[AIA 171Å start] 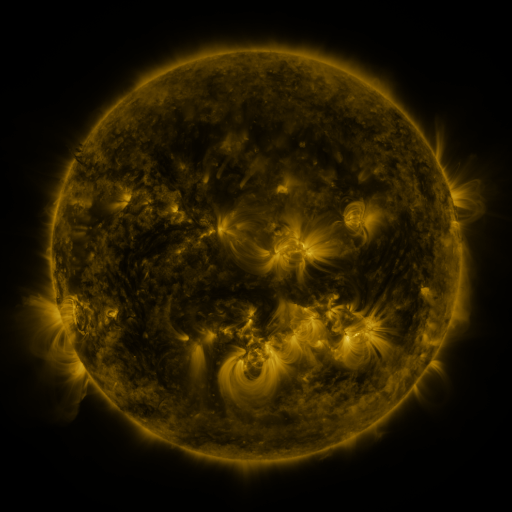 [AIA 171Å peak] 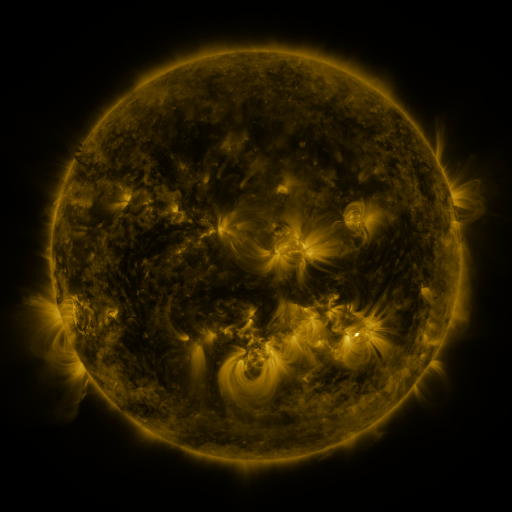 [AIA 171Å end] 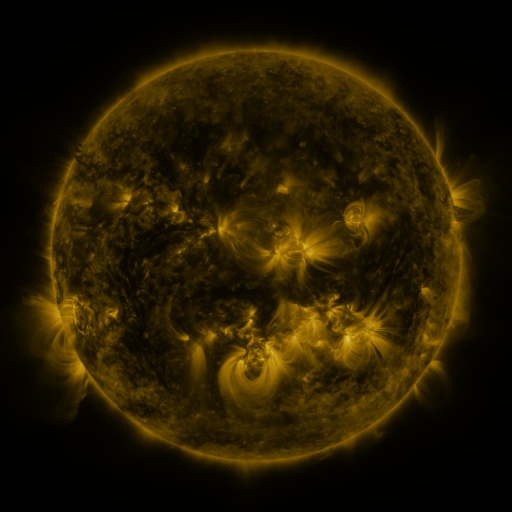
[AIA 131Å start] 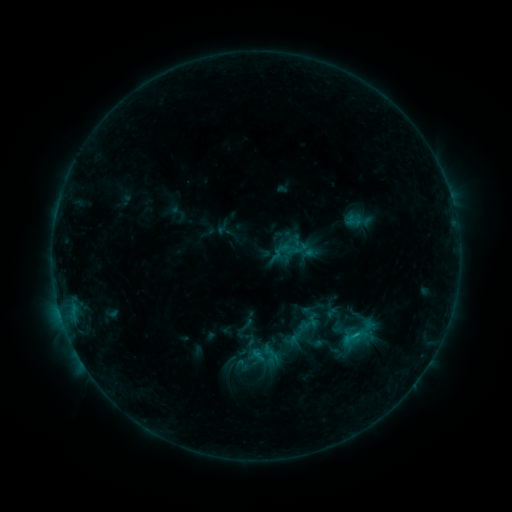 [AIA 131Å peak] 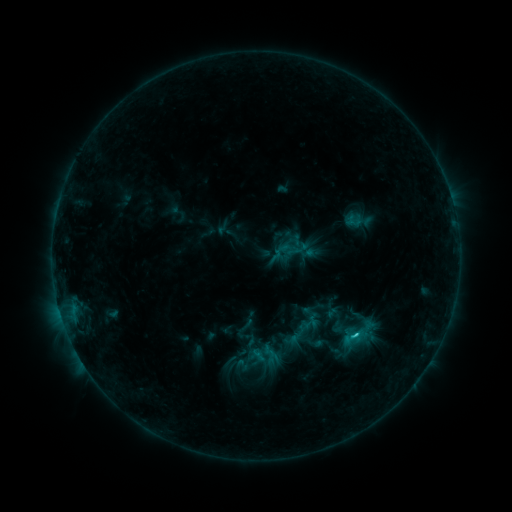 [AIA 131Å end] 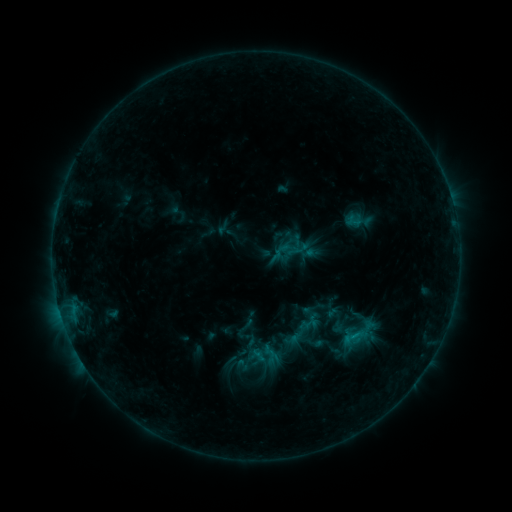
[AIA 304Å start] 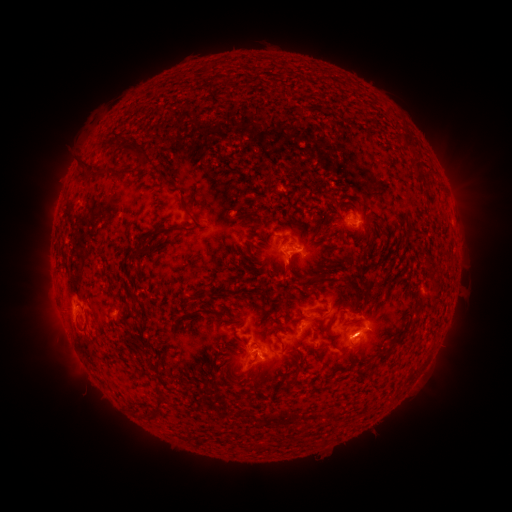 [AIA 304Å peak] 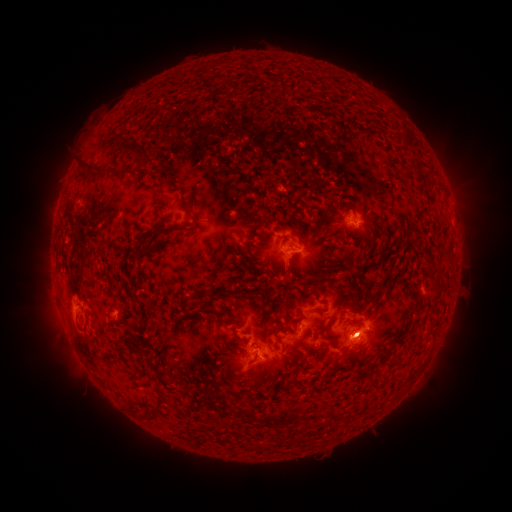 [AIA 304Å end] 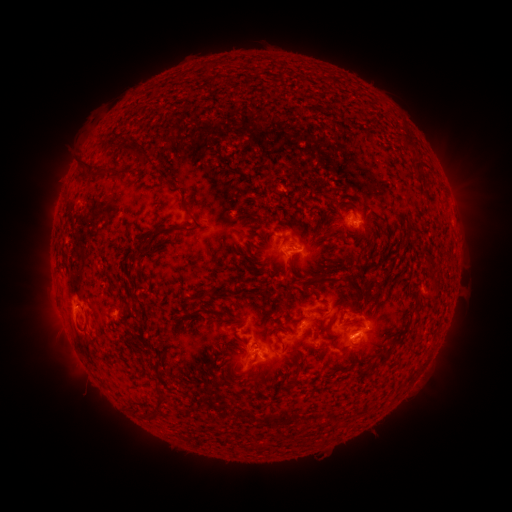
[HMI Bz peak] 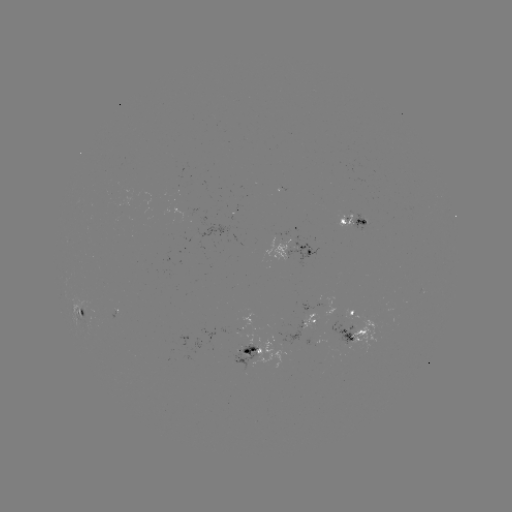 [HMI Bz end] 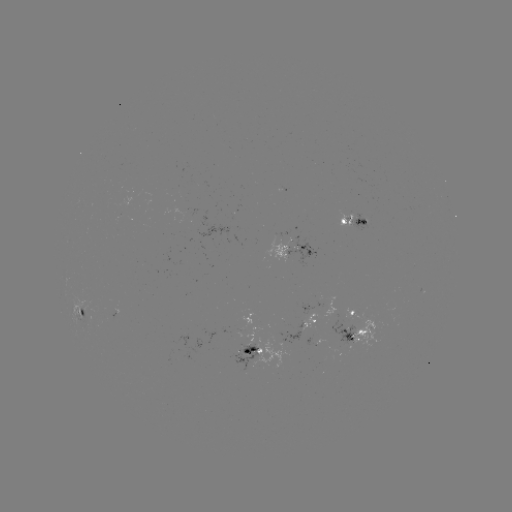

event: eruption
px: (368, 333)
